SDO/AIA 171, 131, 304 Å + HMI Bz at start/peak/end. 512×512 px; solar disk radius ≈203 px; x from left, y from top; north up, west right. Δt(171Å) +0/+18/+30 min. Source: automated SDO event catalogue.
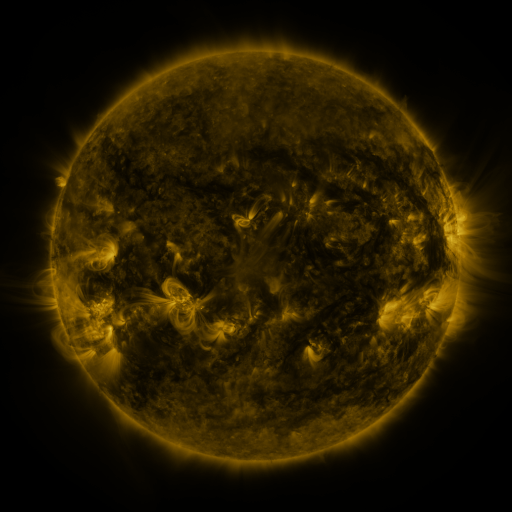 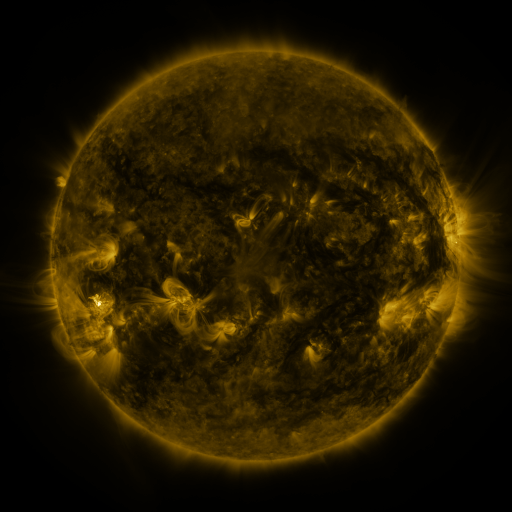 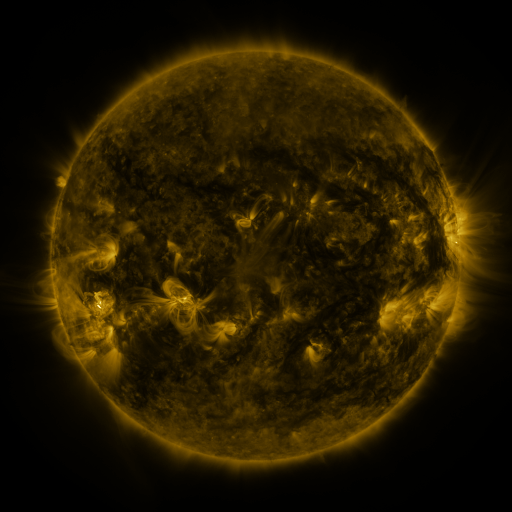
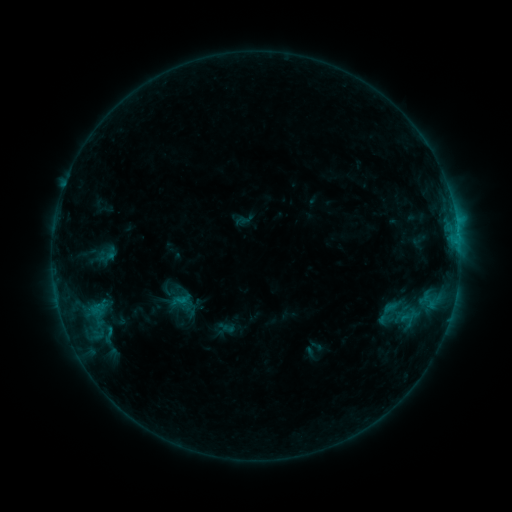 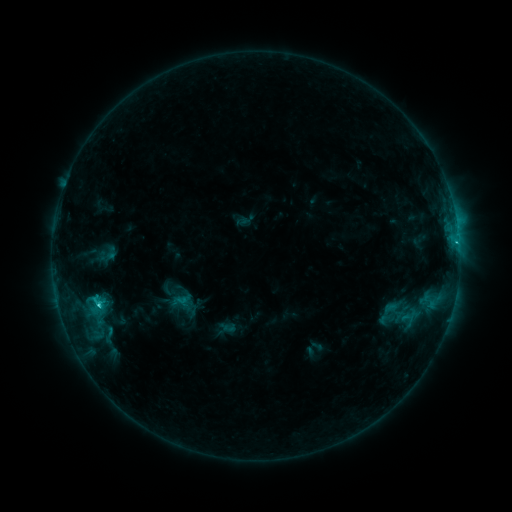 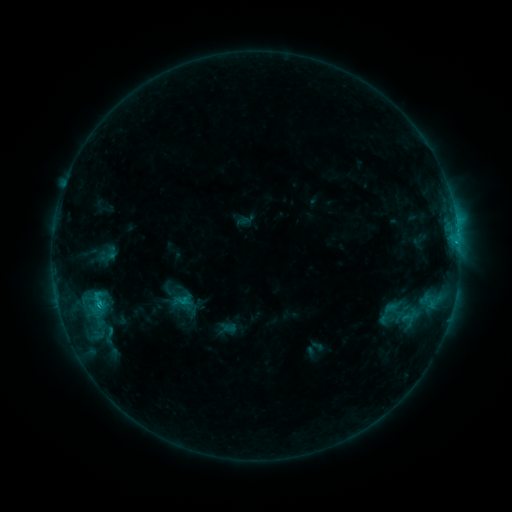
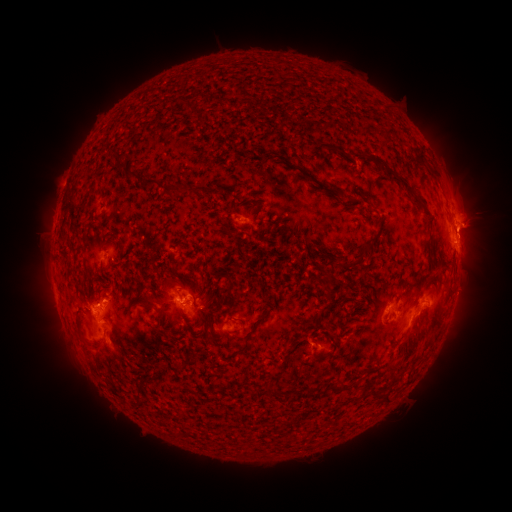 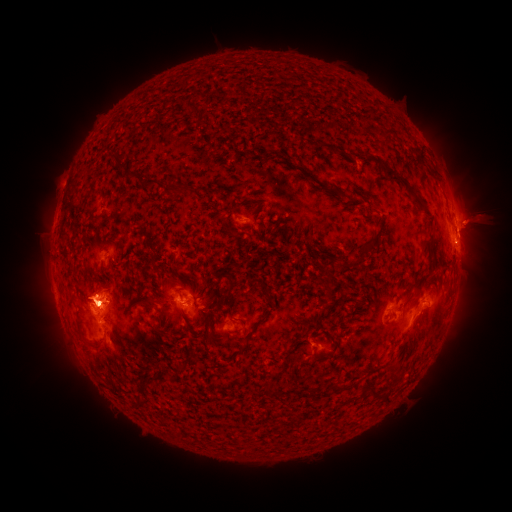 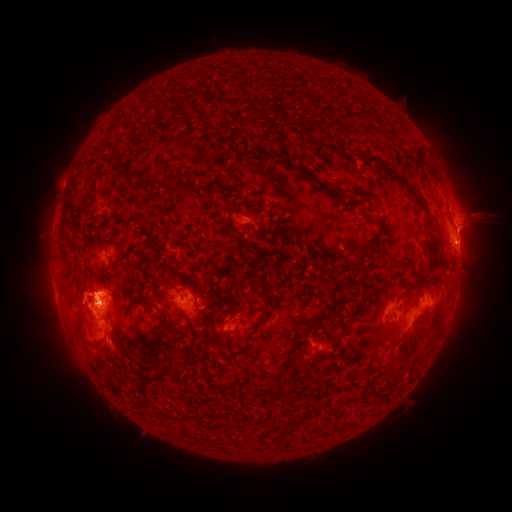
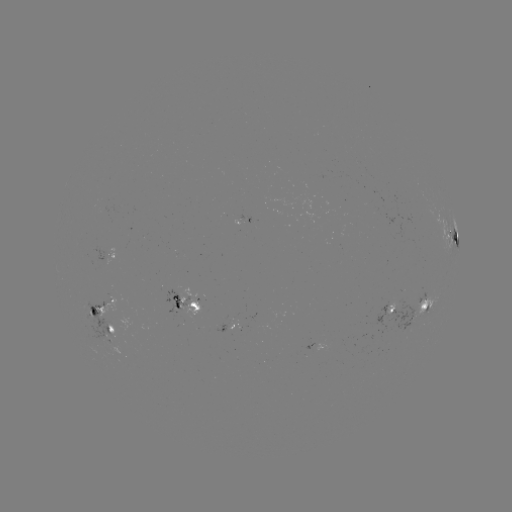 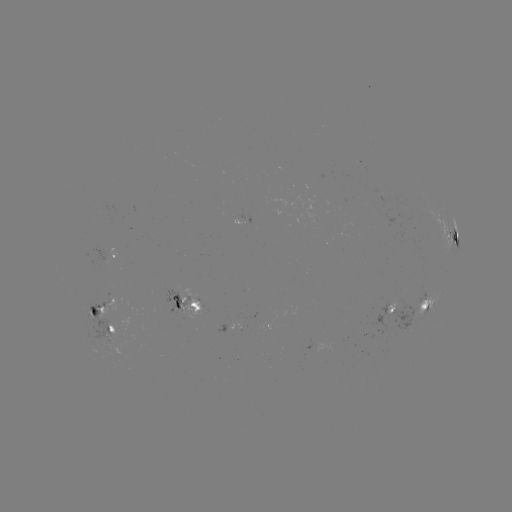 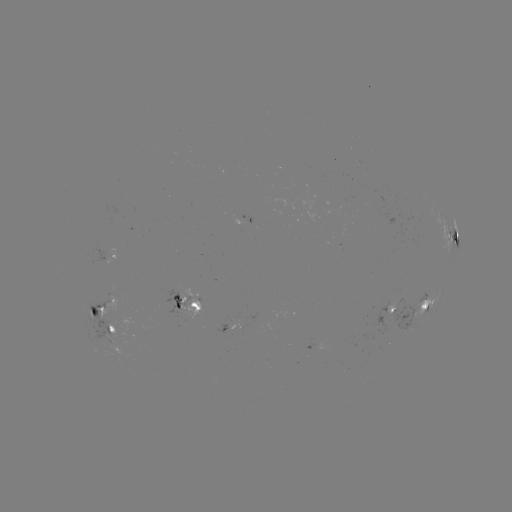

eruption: (51, 257, 144, 345)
